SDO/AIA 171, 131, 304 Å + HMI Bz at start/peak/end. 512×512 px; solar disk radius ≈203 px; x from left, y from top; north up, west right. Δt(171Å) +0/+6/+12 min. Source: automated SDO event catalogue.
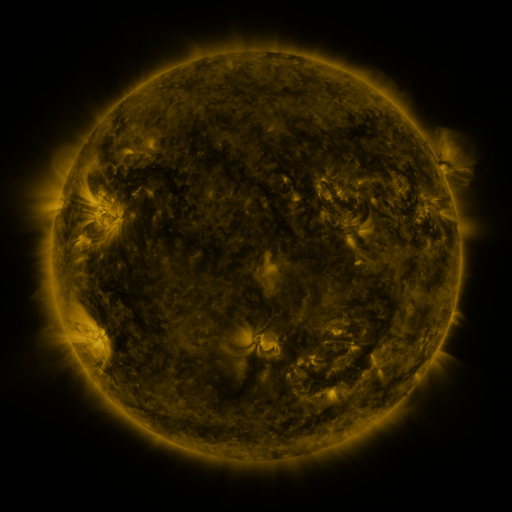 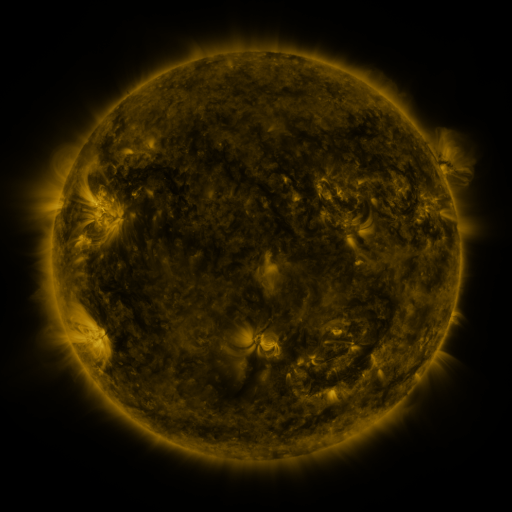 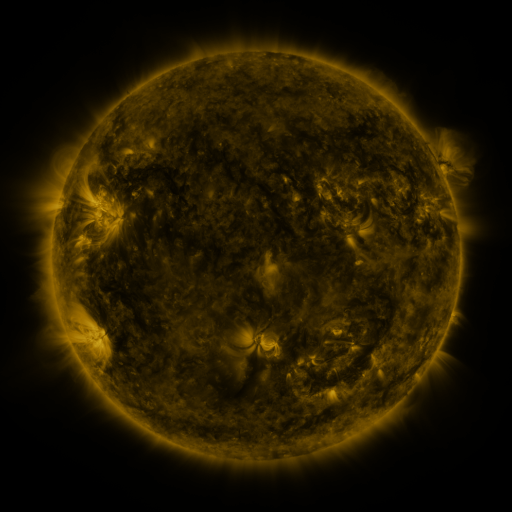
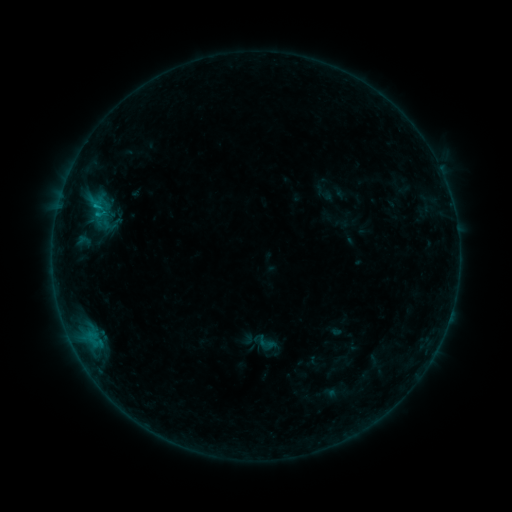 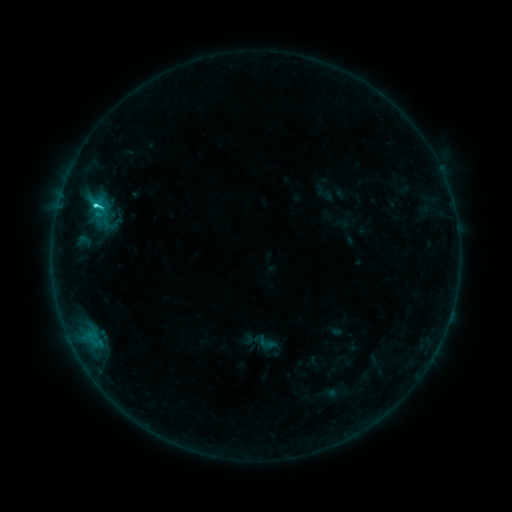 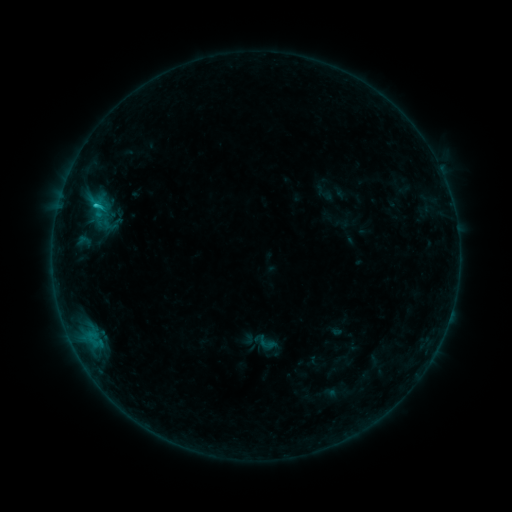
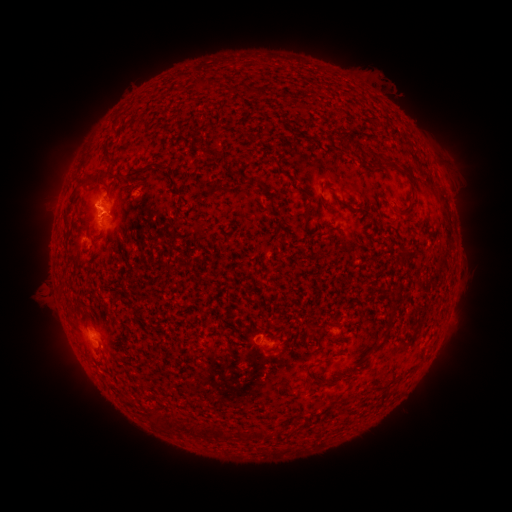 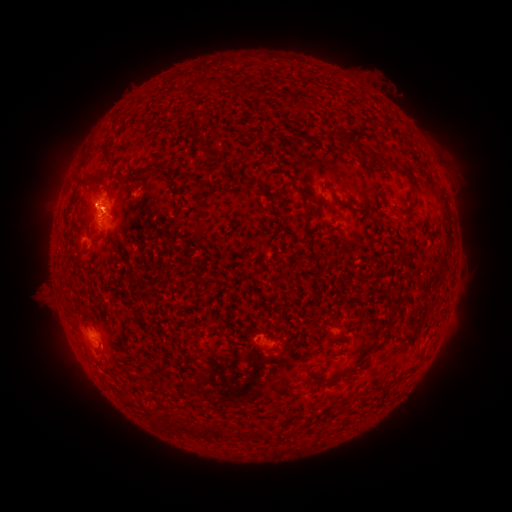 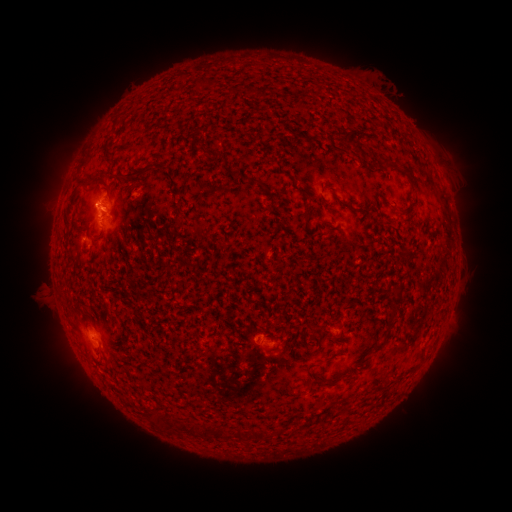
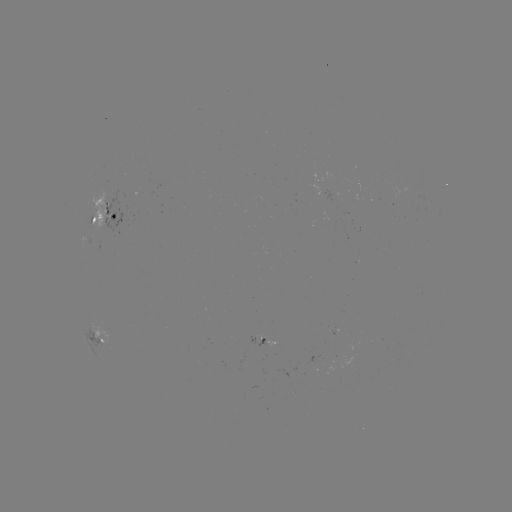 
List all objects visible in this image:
C1.6 flare: (97, 206)
